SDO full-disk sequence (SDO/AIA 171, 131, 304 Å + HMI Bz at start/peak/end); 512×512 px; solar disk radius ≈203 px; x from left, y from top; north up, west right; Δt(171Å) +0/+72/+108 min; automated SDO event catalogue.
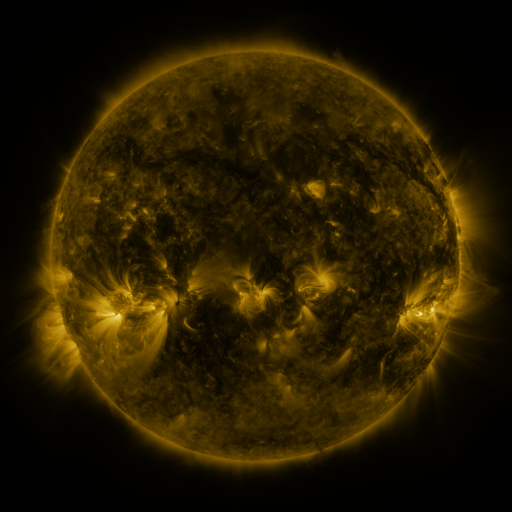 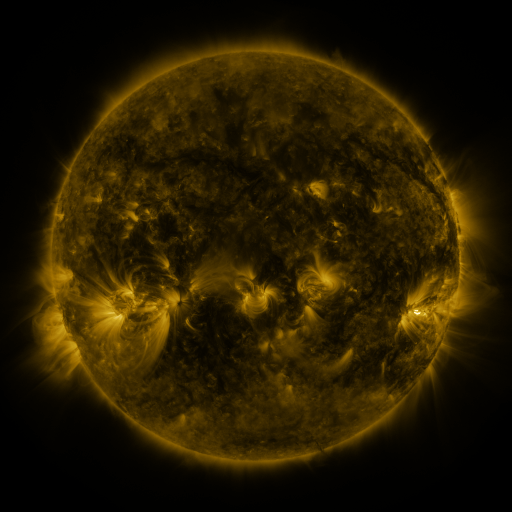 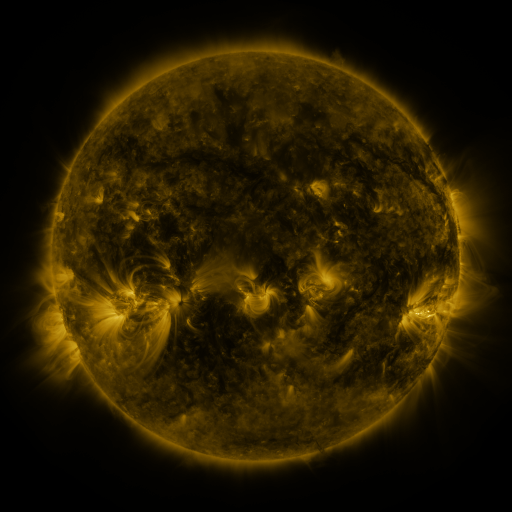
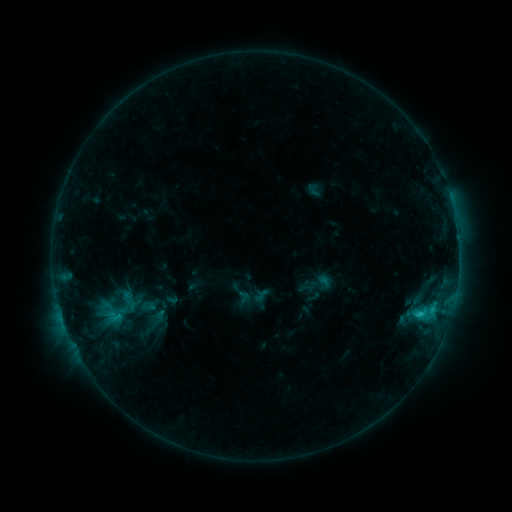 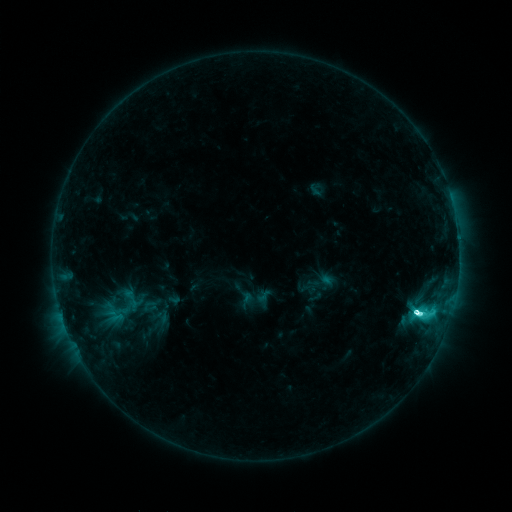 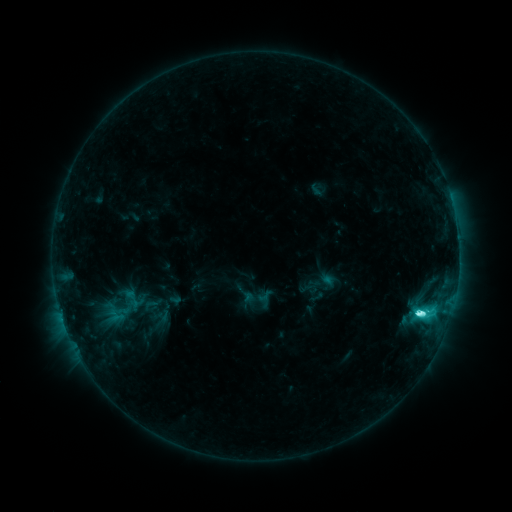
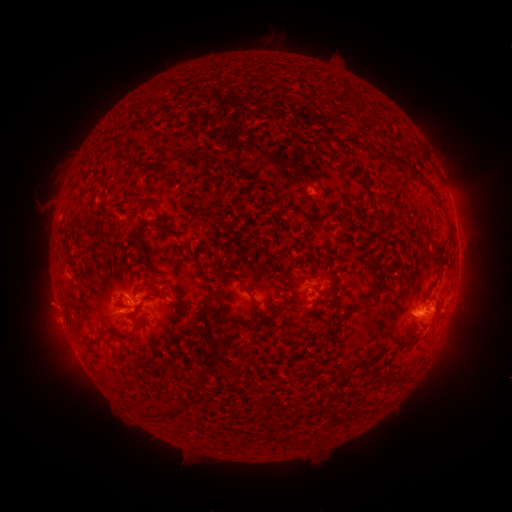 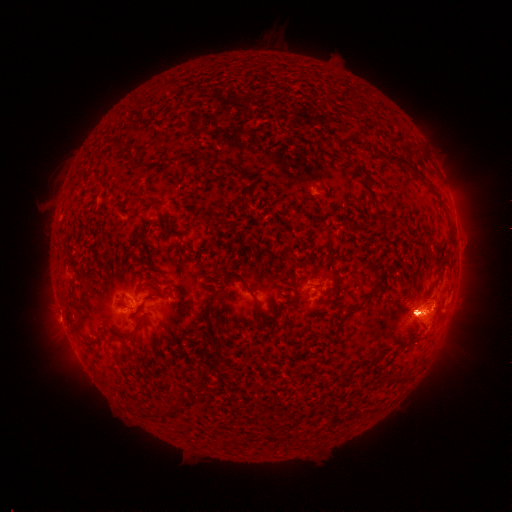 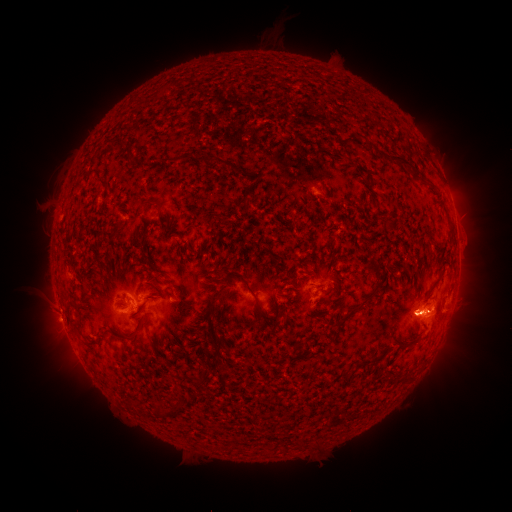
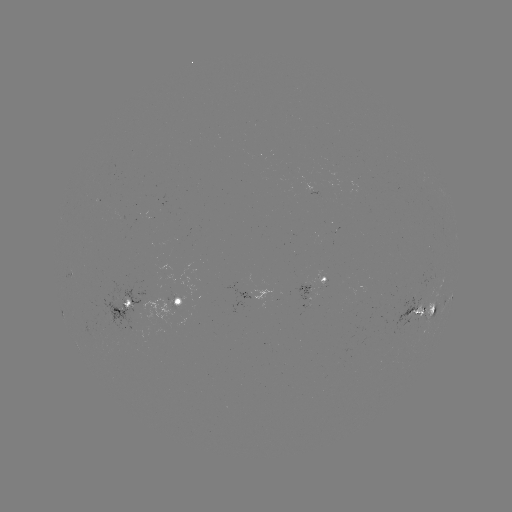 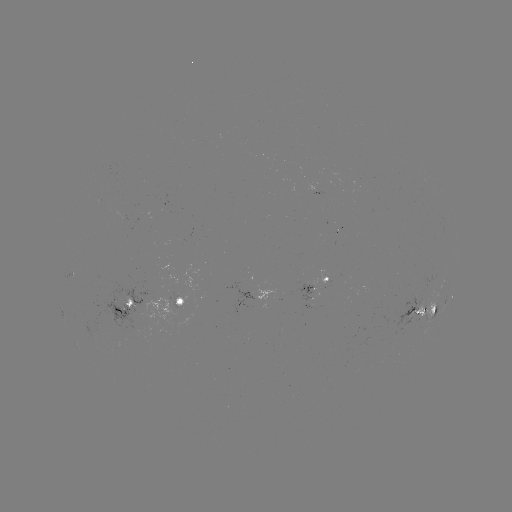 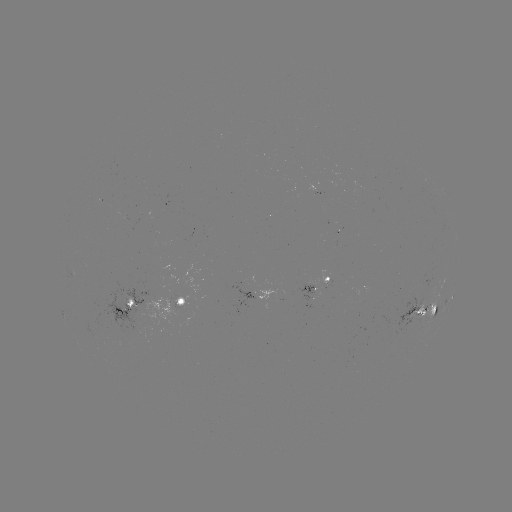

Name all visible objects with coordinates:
emerging-flux region: (176, 299)
